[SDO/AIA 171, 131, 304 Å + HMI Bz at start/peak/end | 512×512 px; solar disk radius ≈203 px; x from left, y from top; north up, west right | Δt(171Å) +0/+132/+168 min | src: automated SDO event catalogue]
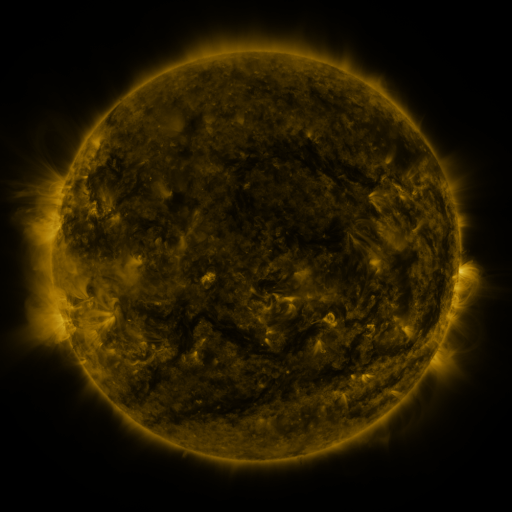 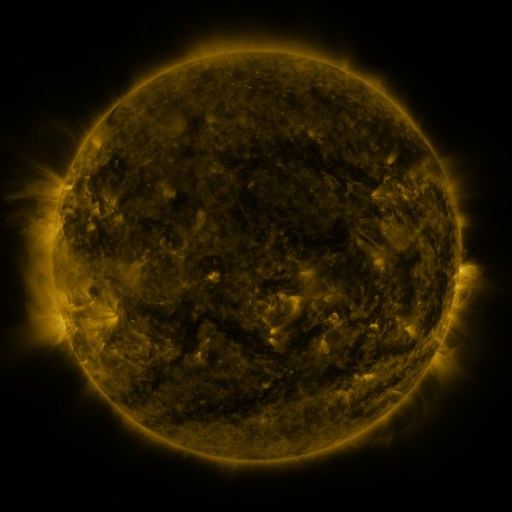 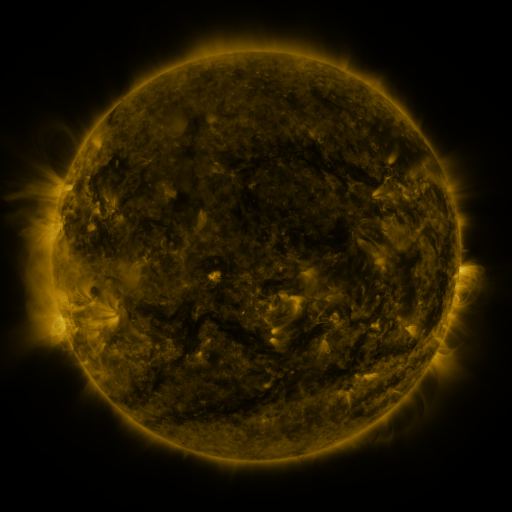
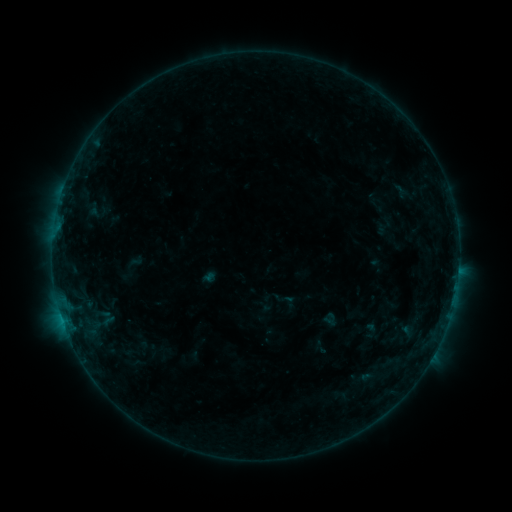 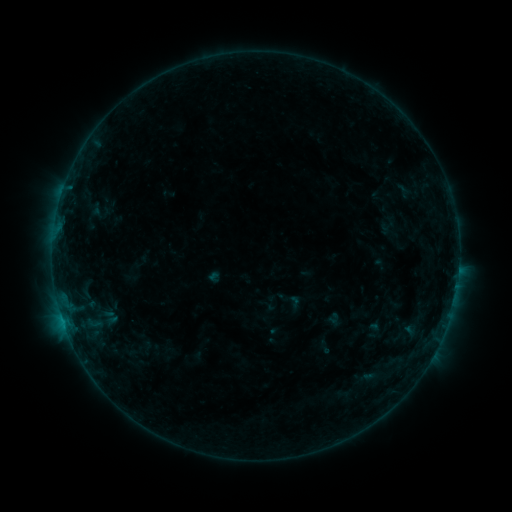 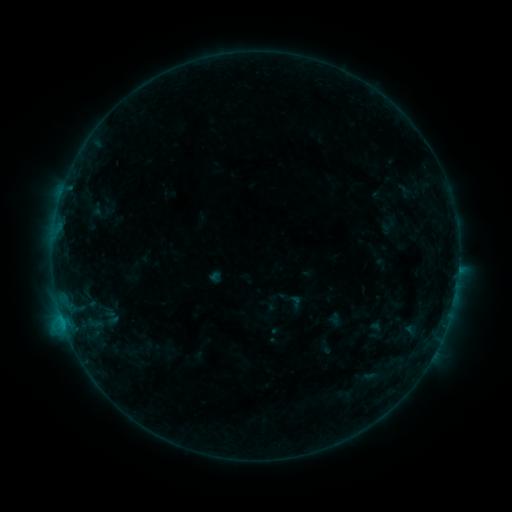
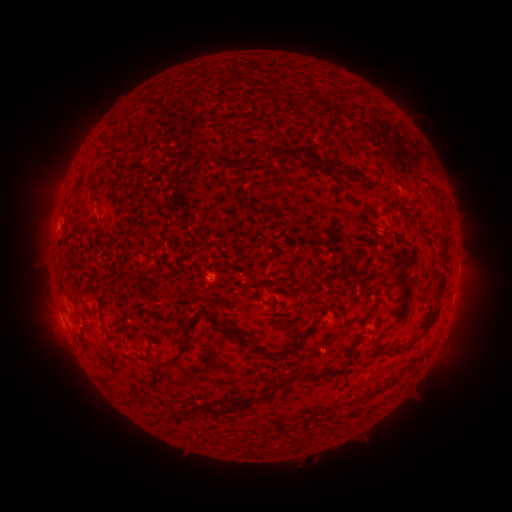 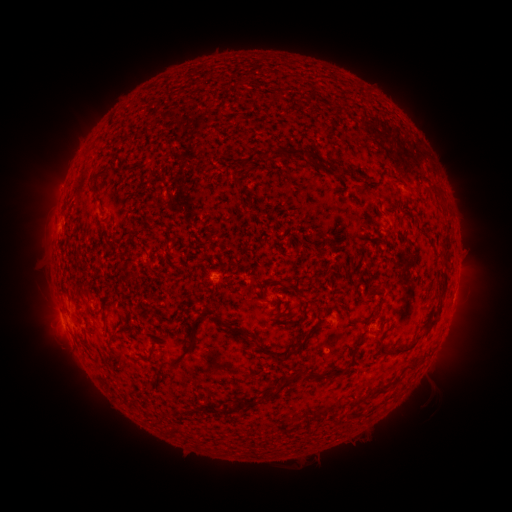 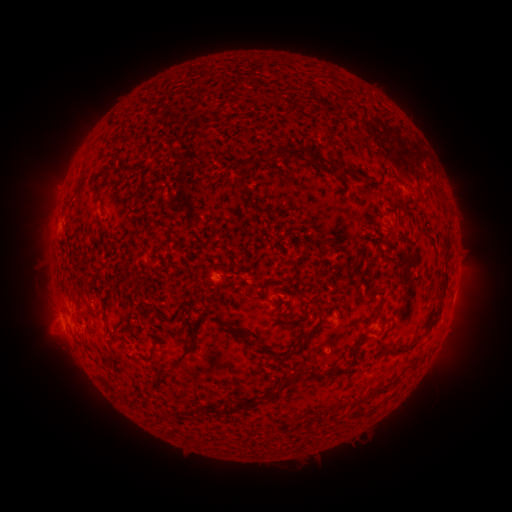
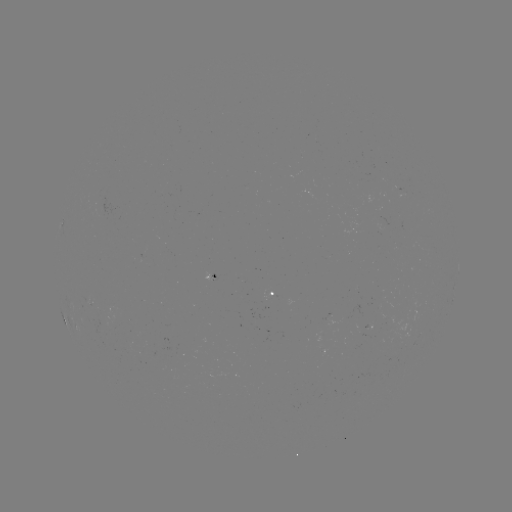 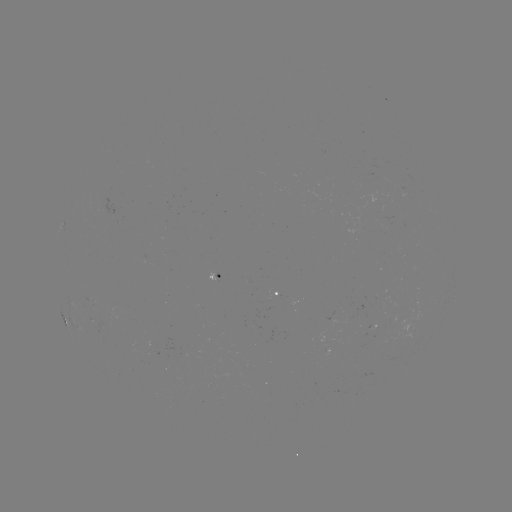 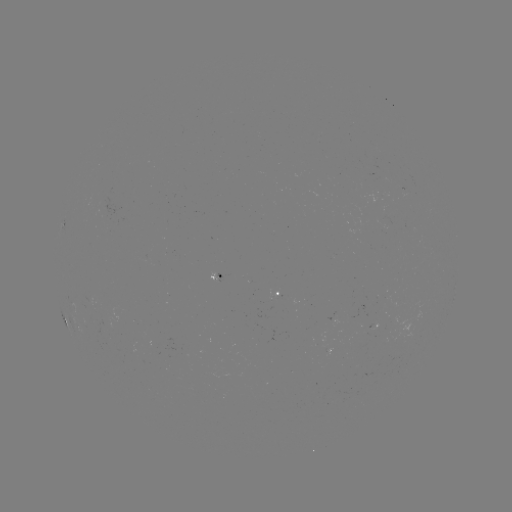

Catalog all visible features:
emerging-flux region: (91, 300)
